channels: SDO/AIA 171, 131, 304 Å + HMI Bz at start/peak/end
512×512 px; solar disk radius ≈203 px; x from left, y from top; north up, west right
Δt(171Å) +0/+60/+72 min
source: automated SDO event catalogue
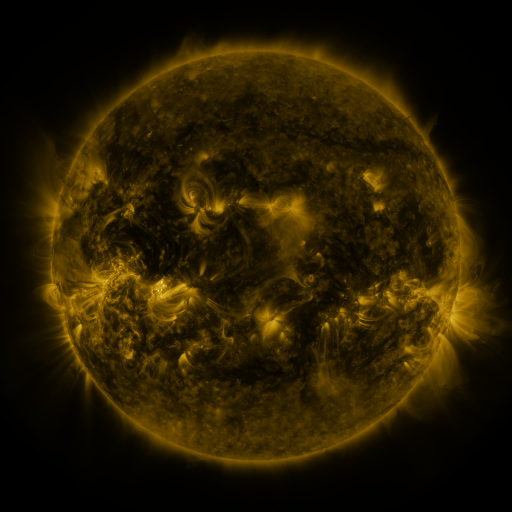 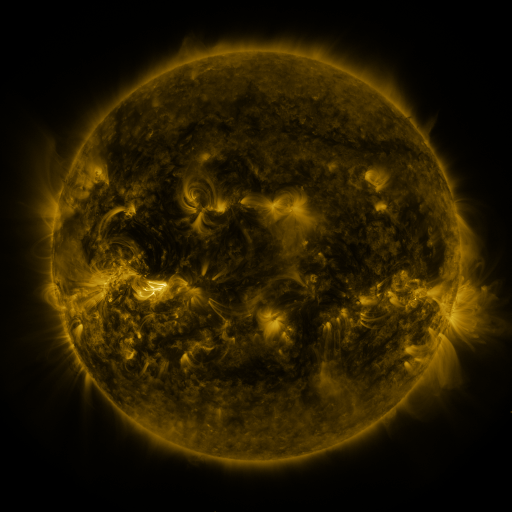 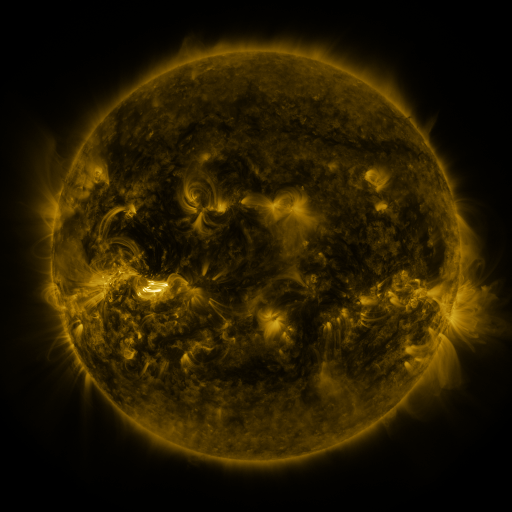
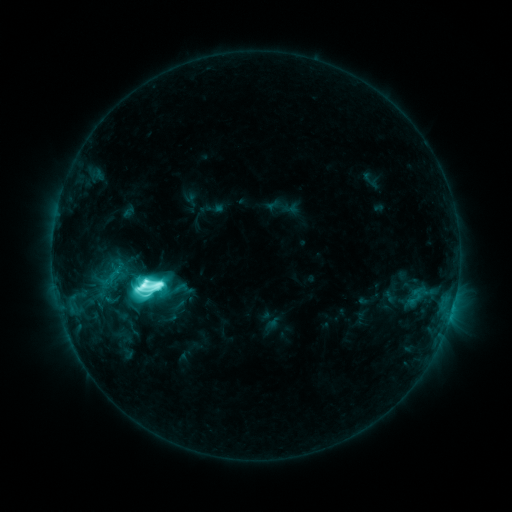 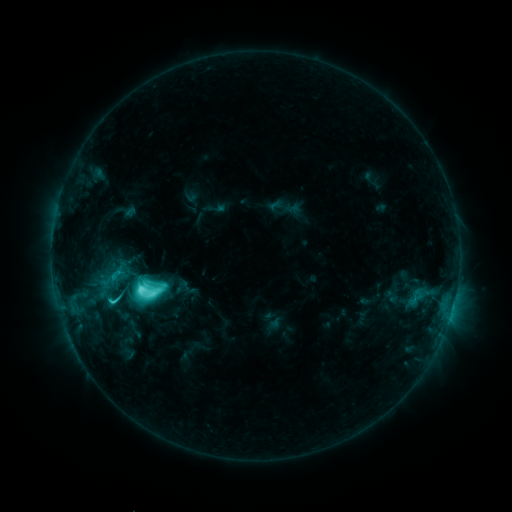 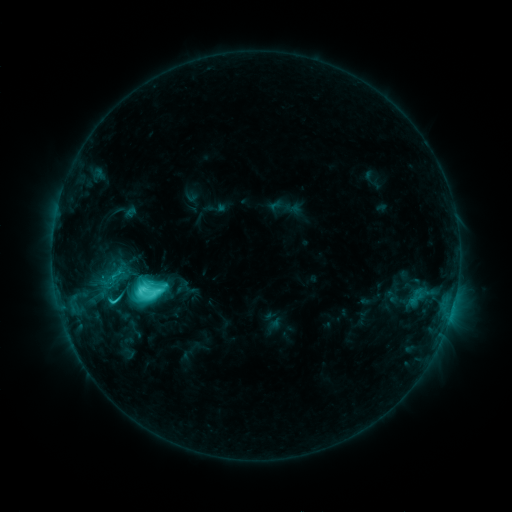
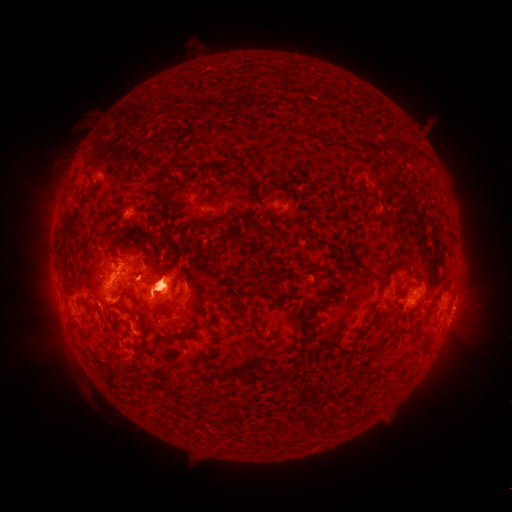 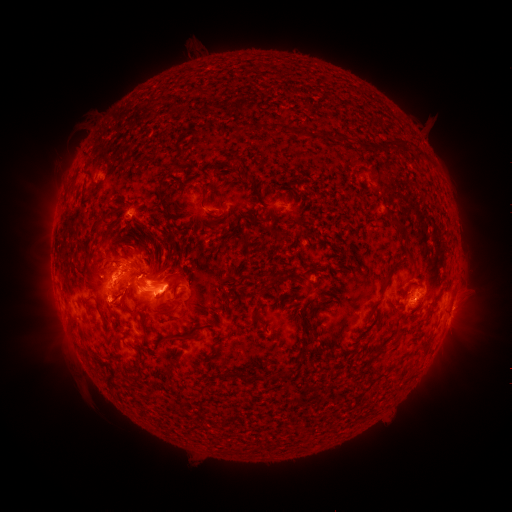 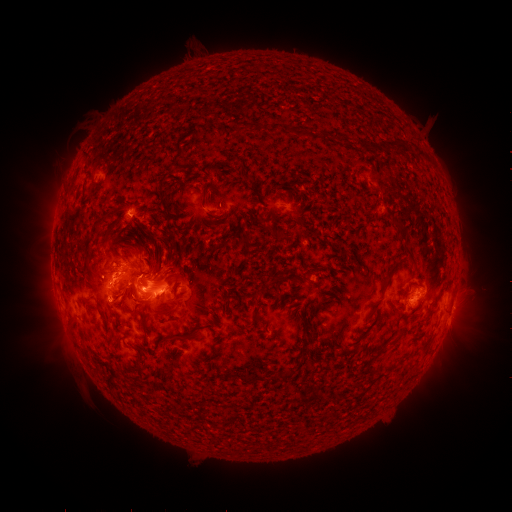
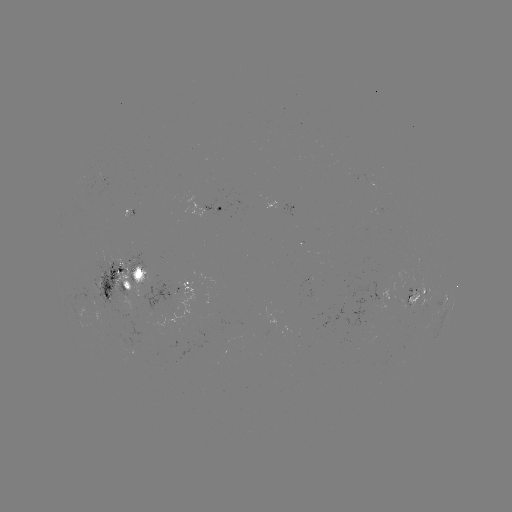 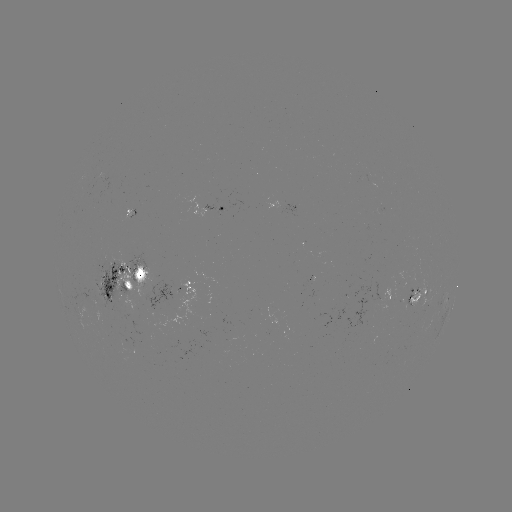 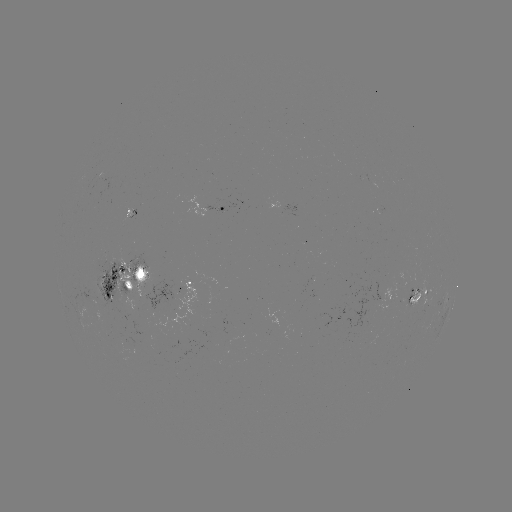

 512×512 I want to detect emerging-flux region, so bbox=[403, 283, 412, 309].